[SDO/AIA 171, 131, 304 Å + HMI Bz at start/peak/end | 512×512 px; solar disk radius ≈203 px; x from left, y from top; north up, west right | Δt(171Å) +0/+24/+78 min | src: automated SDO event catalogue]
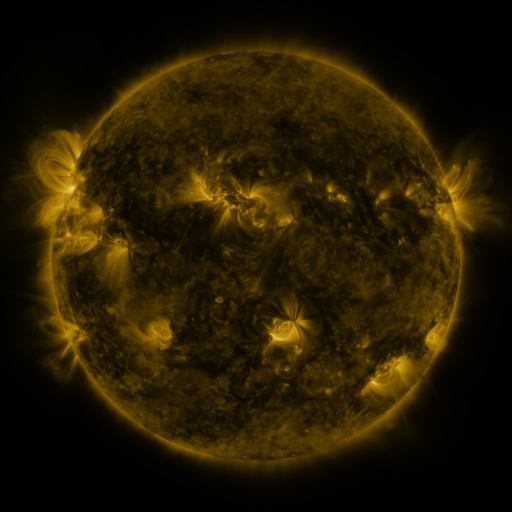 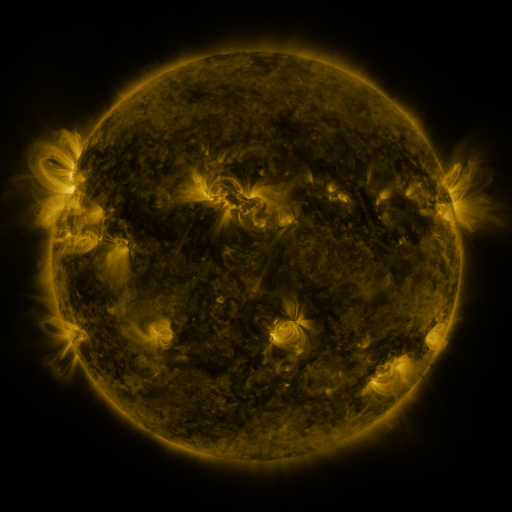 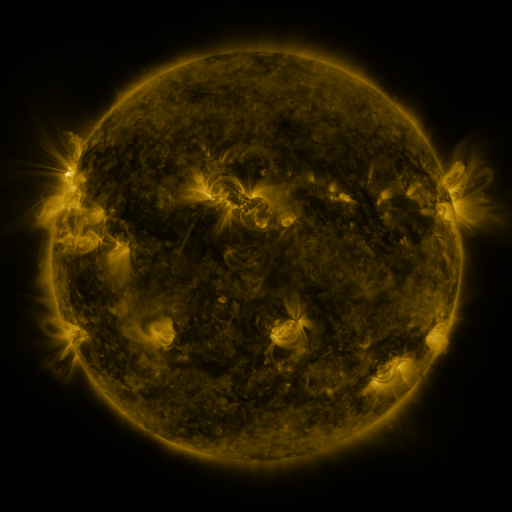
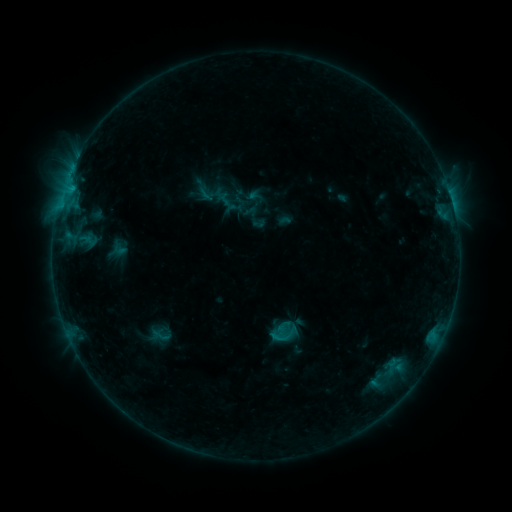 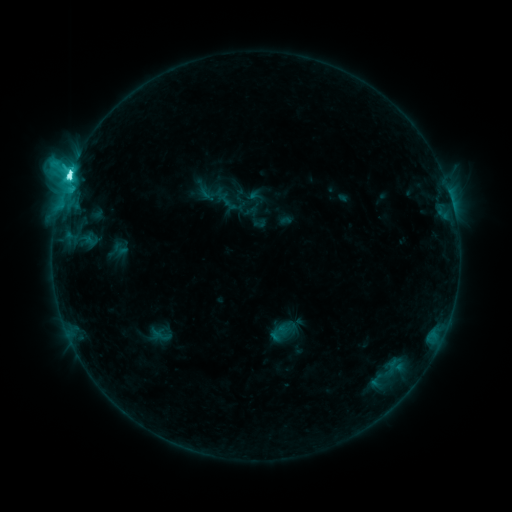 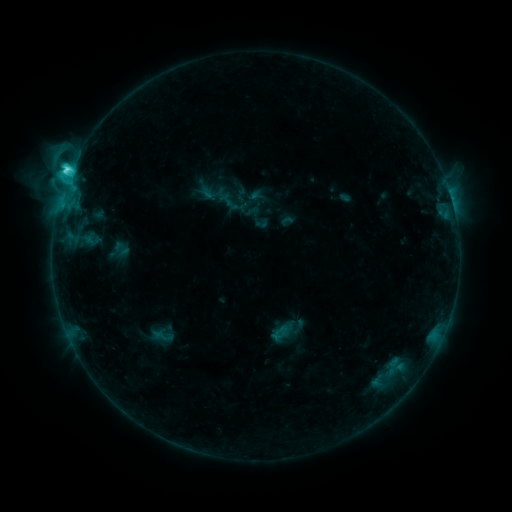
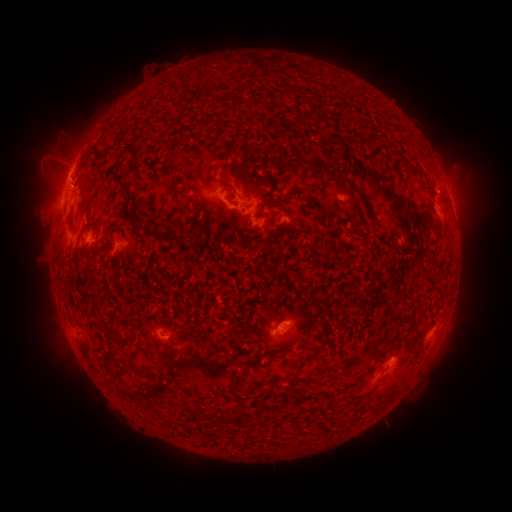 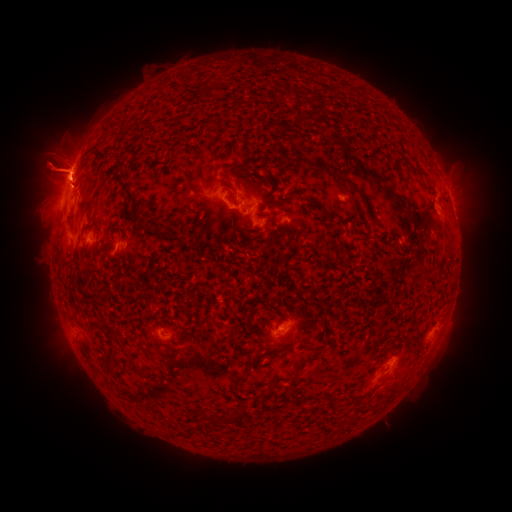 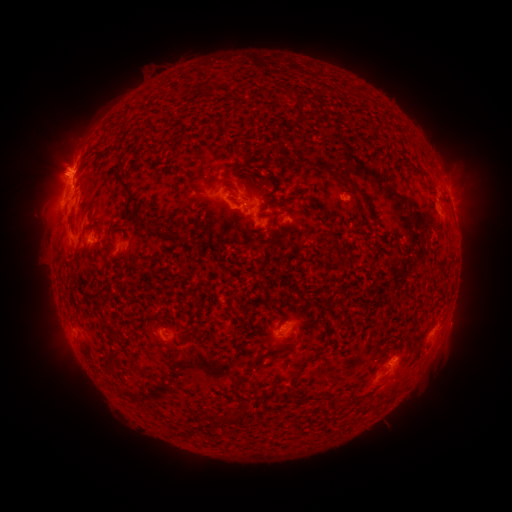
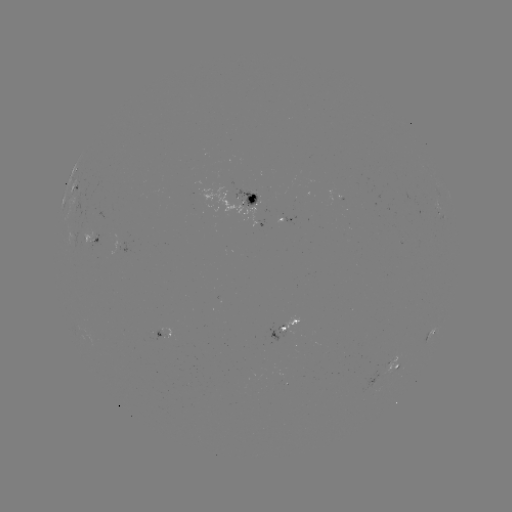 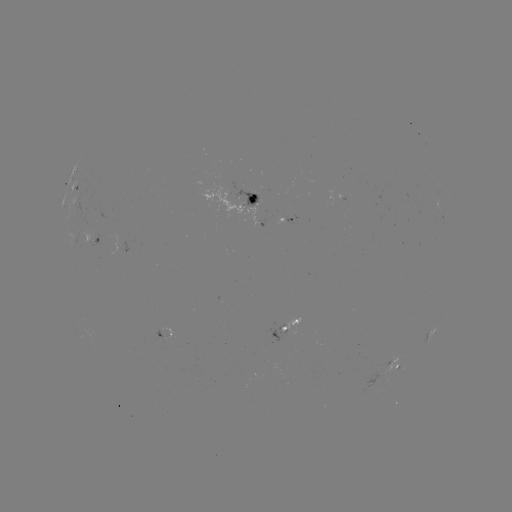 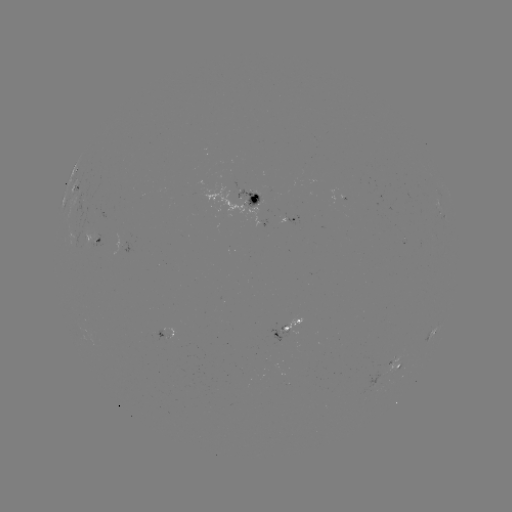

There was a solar flare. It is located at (69, 178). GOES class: C9.9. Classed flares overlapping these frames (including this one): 1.